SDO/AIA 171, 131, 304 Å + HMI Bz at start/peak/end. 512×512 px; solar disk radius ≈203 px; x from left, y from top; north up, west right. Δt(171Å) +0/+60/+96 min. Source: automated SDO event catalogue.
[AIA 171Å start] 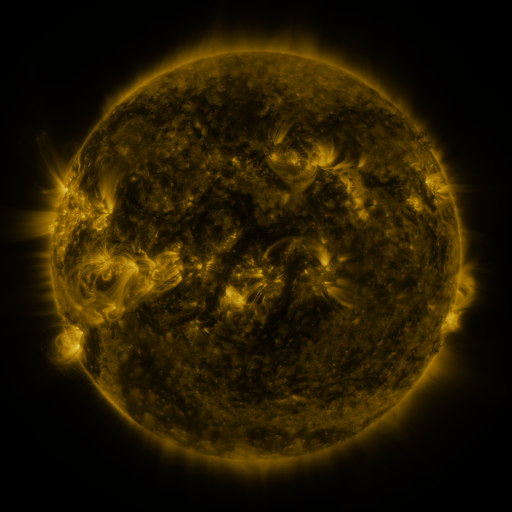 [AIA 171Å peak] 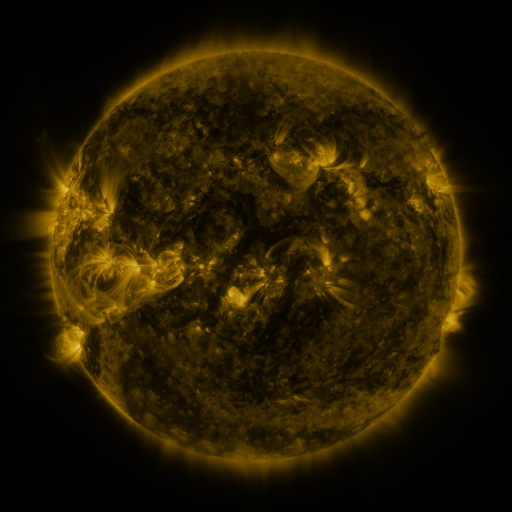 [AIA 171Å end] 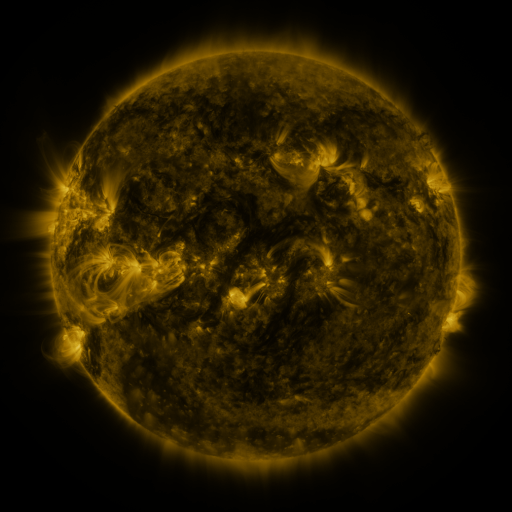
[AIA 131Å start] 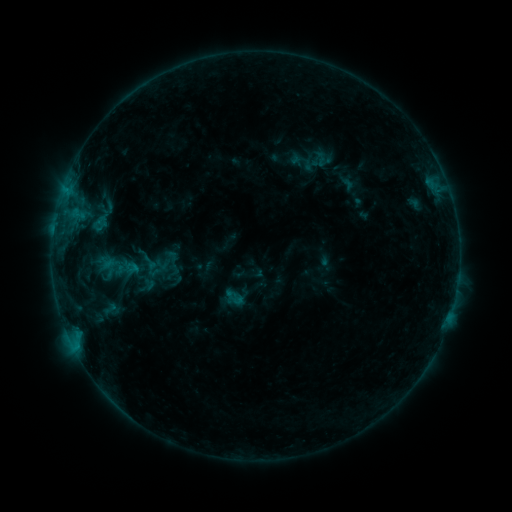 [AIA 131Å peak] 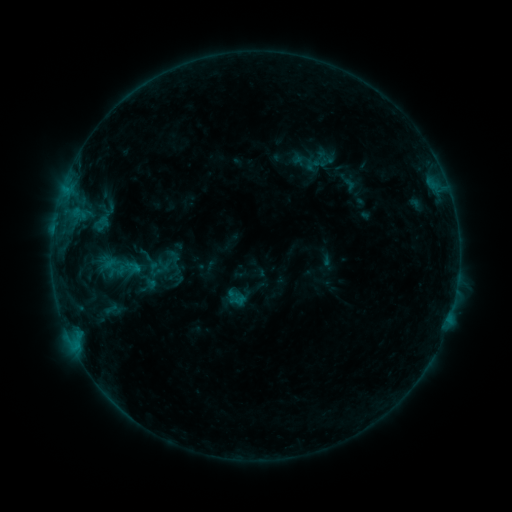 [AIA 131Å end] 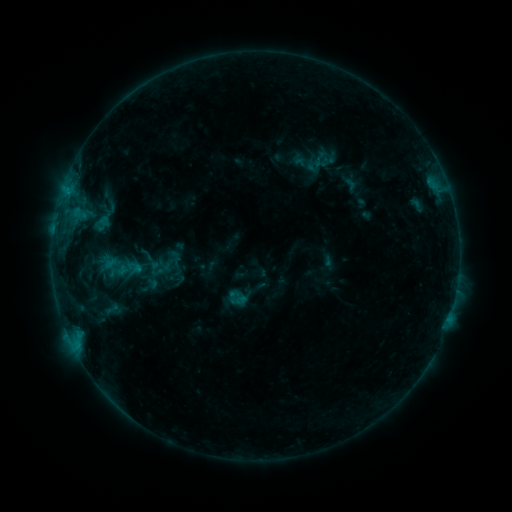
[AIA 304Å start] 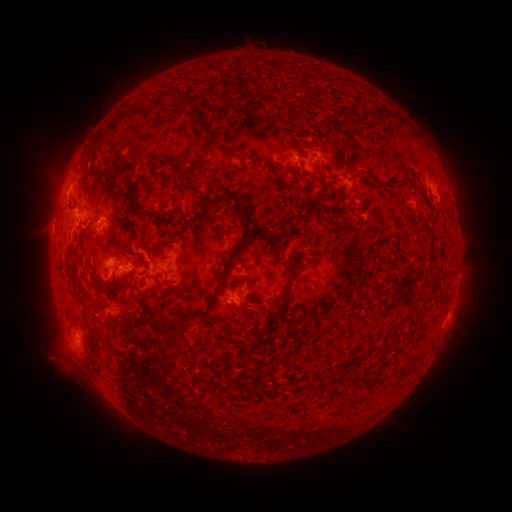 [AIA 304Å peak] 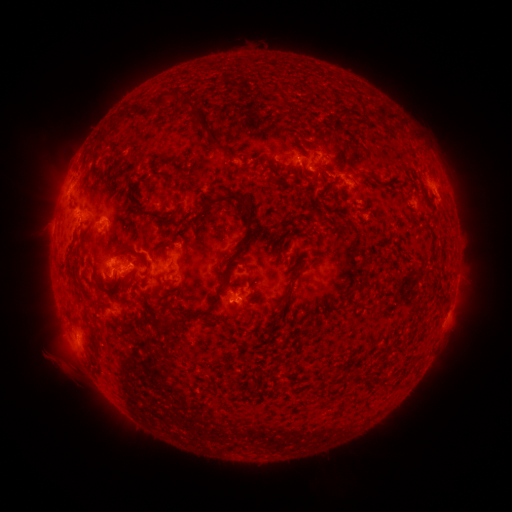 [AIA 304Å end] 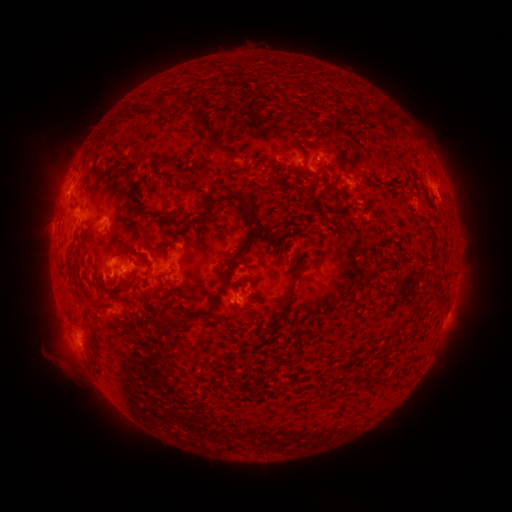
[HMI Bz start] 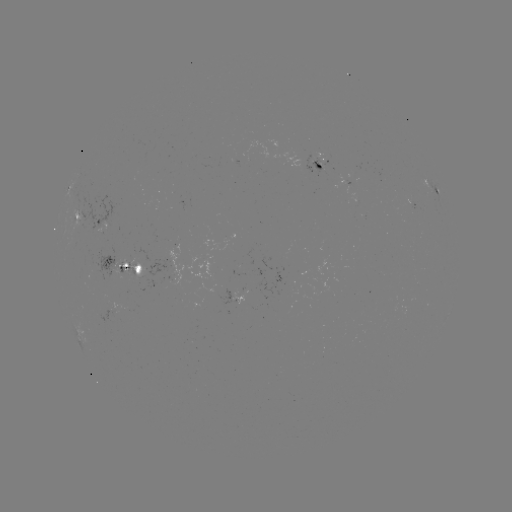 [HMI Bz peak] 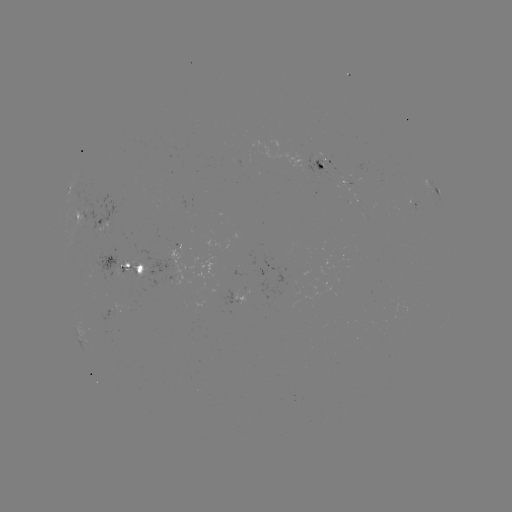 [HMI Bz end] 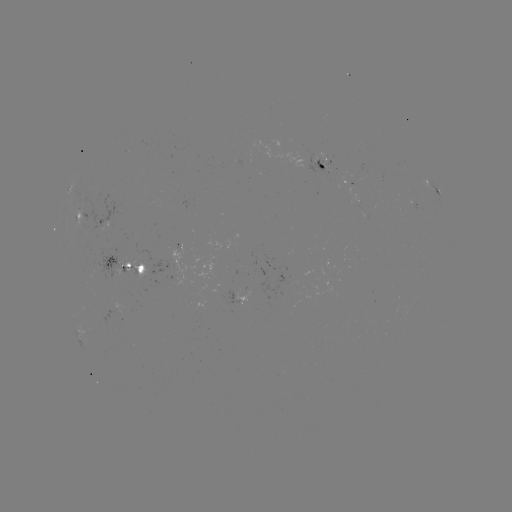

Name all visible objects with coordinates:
emerging-flux region: (353, 187)
